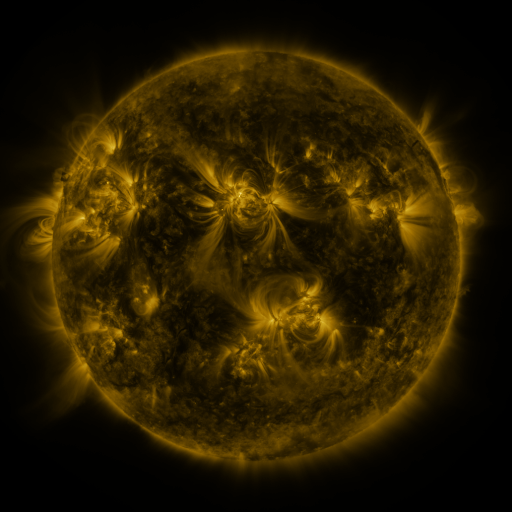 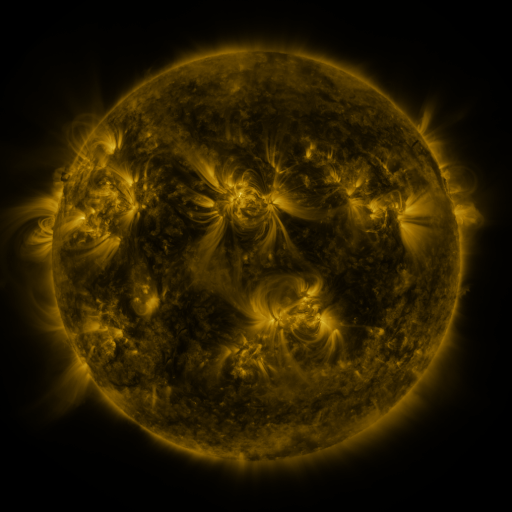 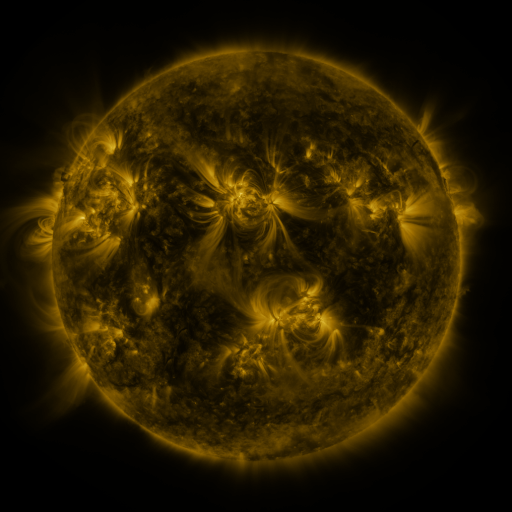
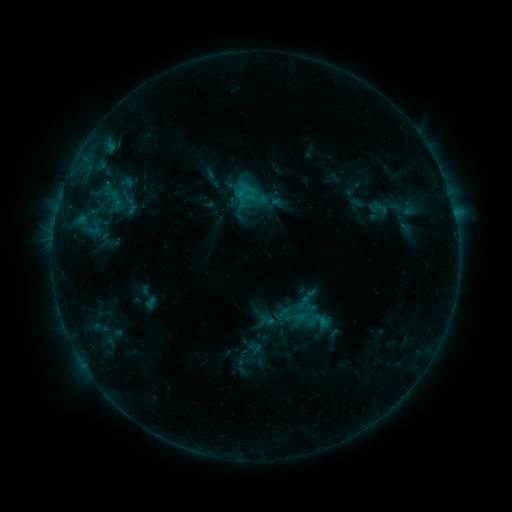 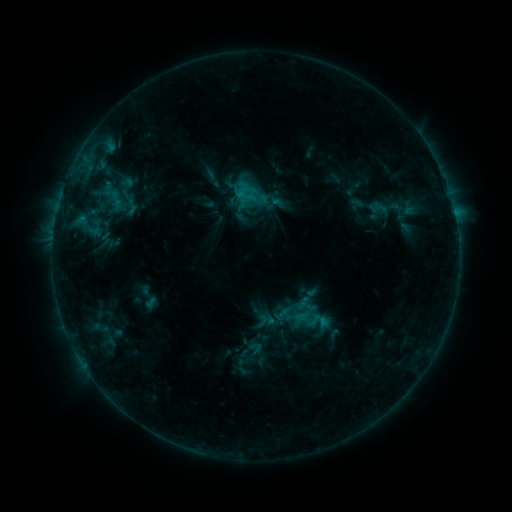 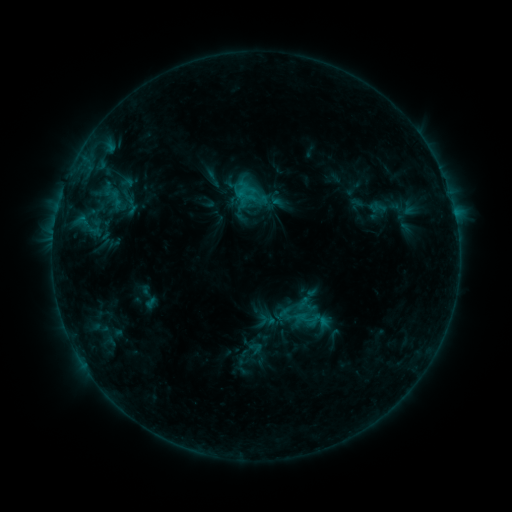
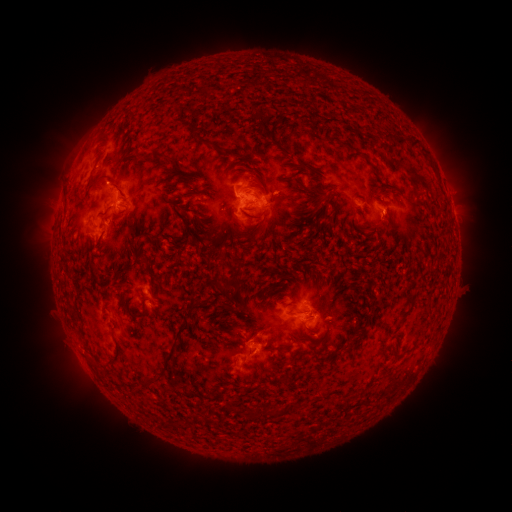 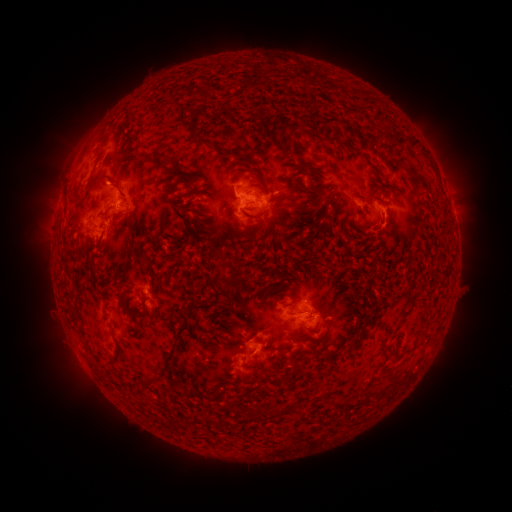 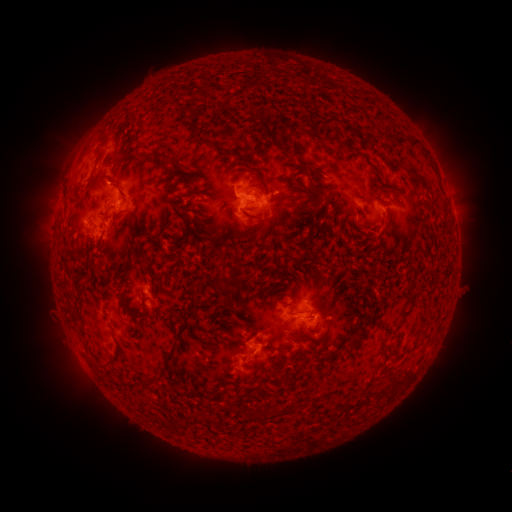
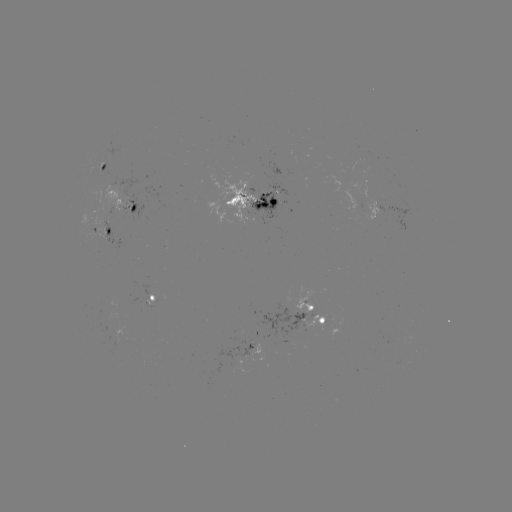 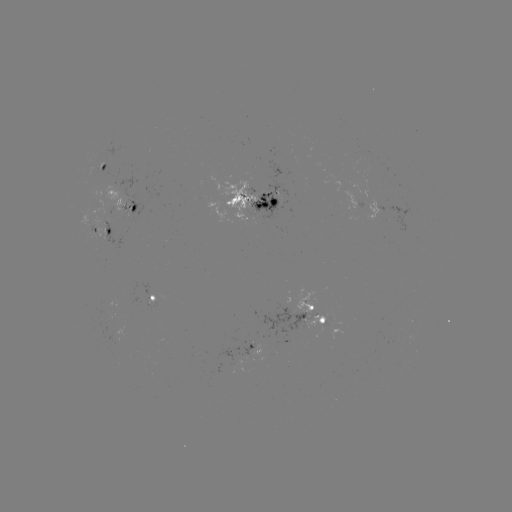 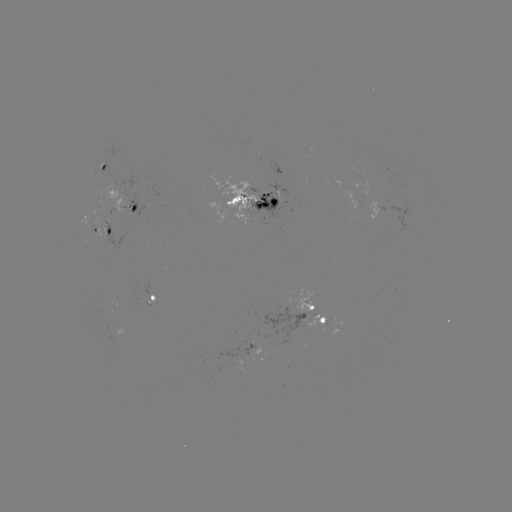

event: eruption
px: (389, 231)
